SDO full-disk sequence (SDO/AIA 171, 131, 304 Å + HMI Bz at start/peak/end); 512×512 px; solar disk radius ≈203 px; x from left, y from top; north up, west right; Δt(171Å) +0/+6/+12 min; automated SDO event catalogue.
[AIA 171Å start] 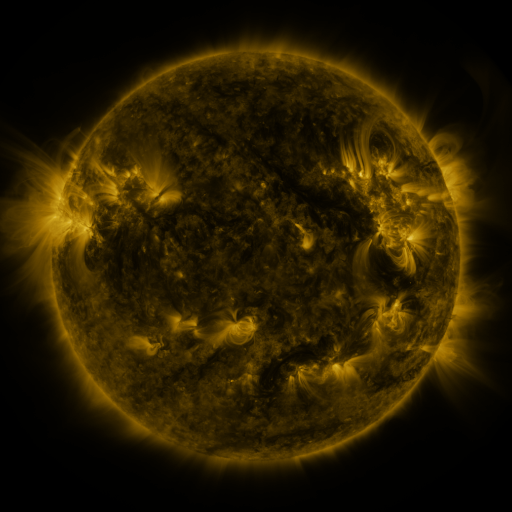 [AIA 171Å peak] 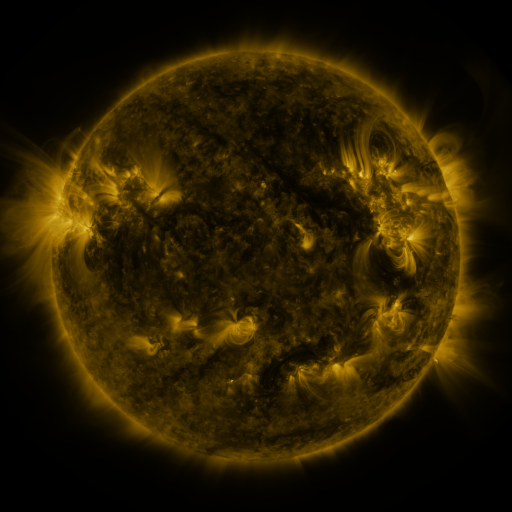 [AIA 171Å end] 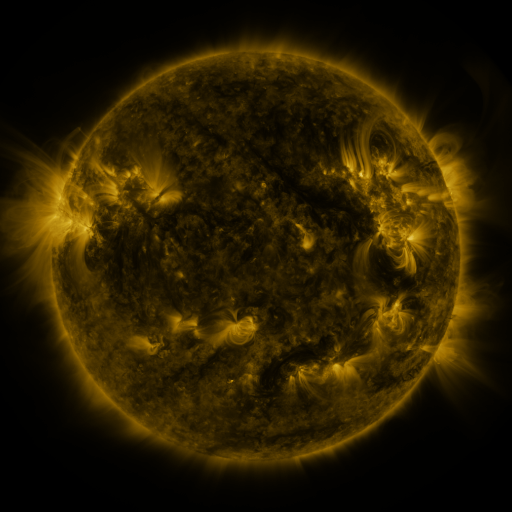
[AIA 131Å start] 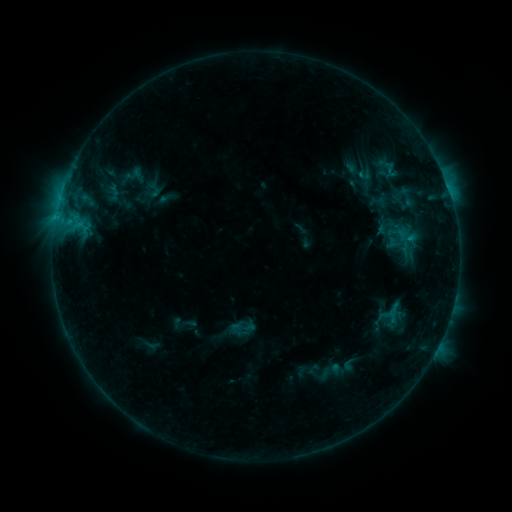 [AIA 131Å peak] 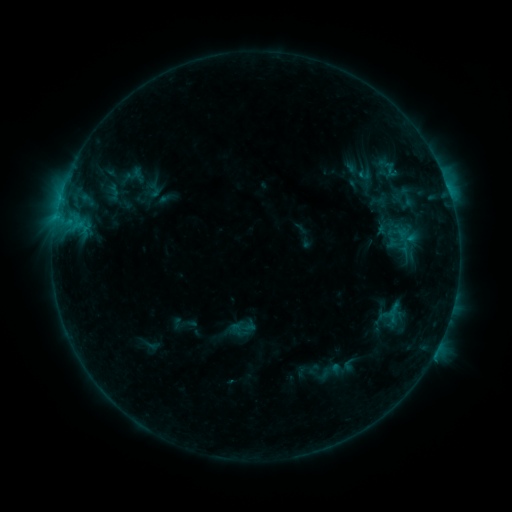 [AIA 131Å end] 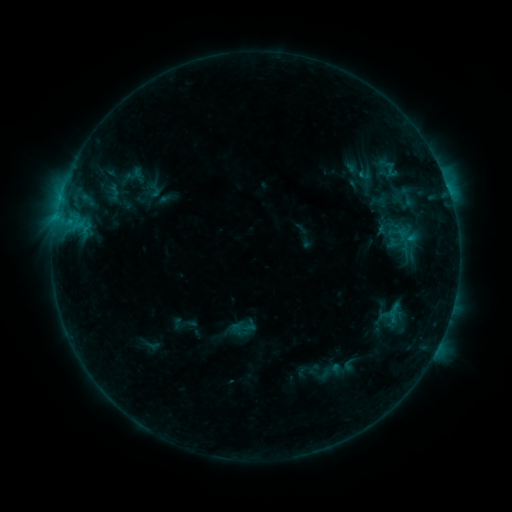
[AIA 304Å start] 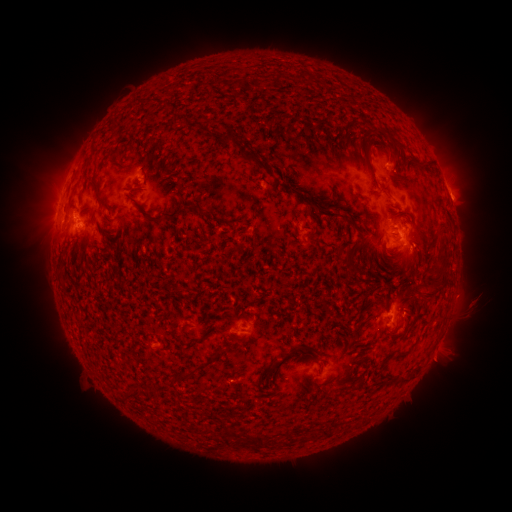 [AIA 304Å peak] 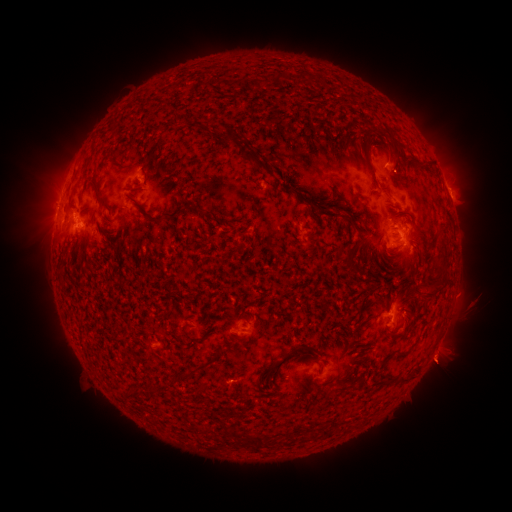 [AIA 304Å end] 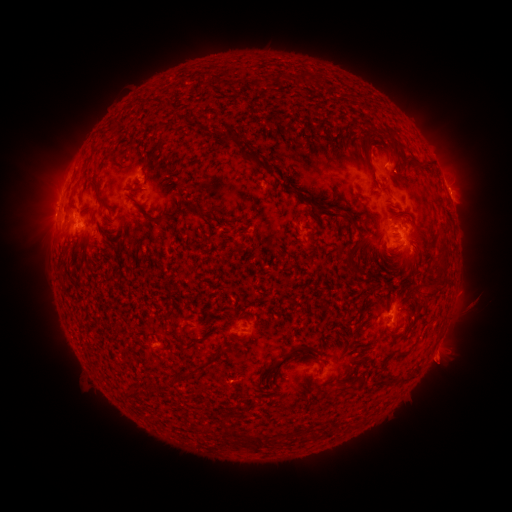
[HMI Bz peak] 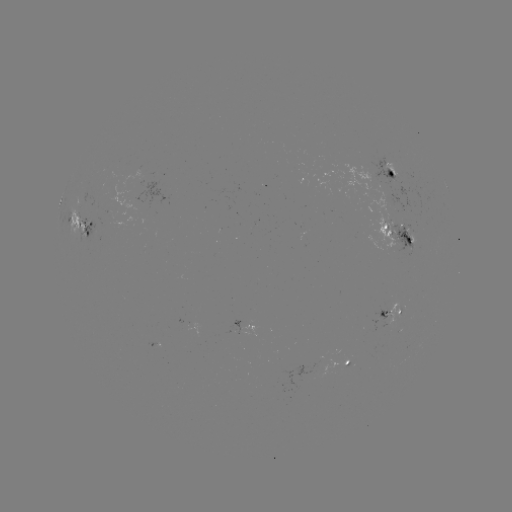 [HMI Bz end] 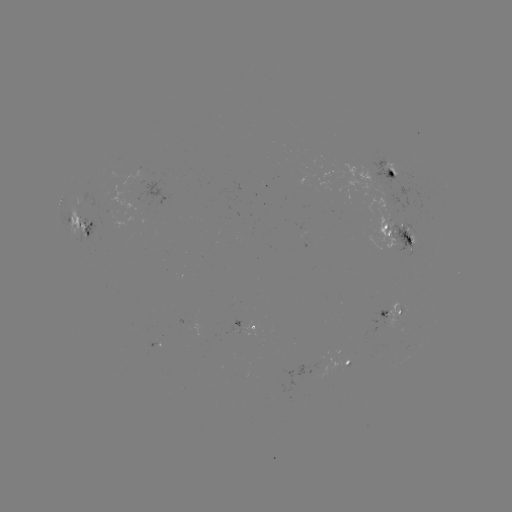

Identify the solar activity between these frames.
eruption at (443, 363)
